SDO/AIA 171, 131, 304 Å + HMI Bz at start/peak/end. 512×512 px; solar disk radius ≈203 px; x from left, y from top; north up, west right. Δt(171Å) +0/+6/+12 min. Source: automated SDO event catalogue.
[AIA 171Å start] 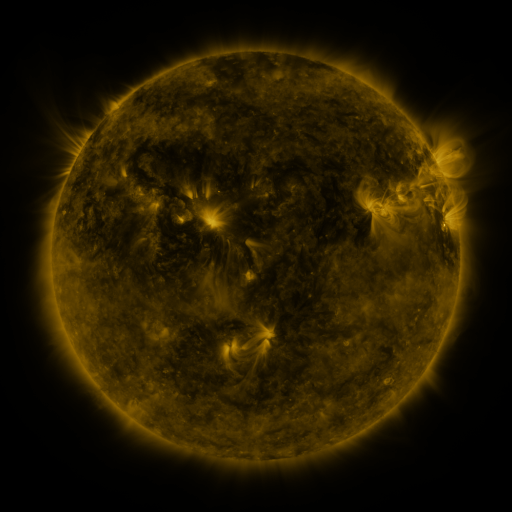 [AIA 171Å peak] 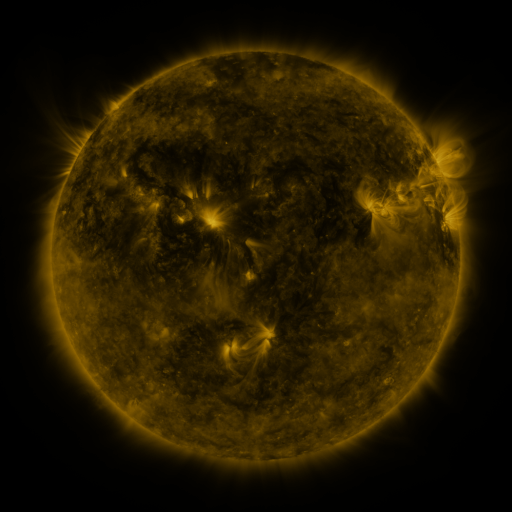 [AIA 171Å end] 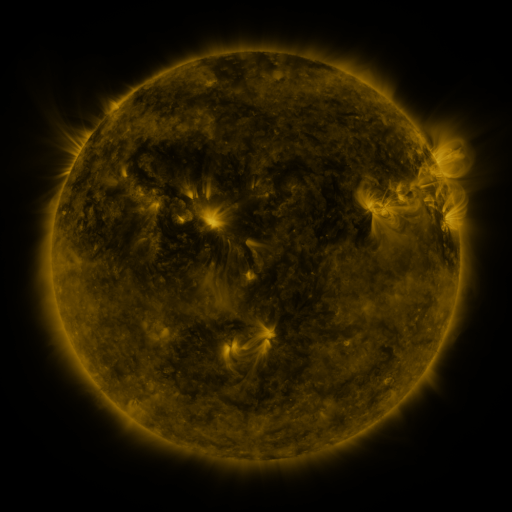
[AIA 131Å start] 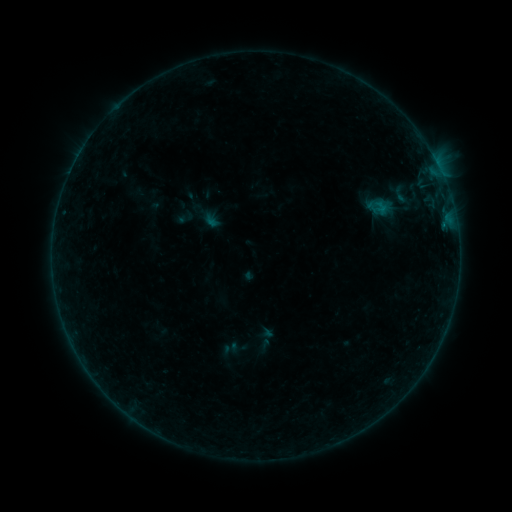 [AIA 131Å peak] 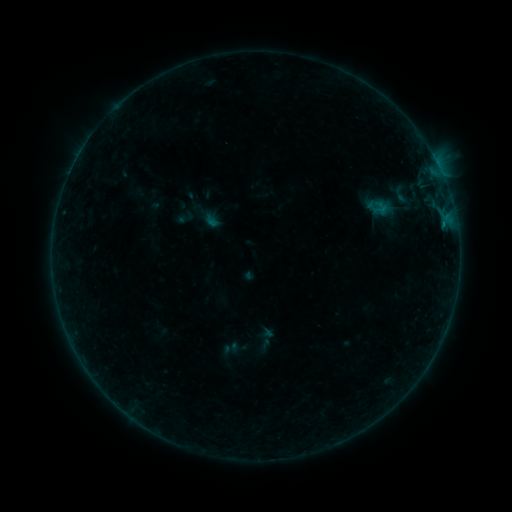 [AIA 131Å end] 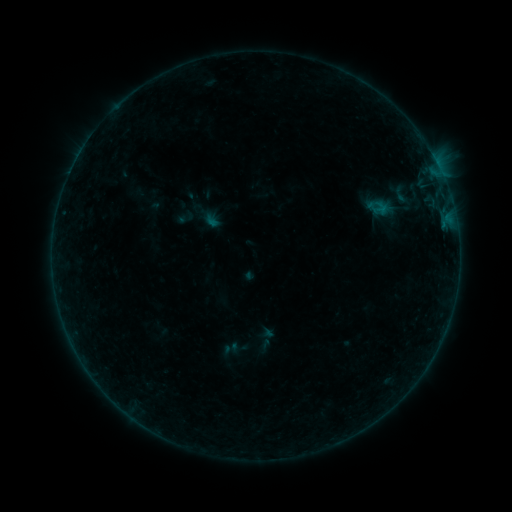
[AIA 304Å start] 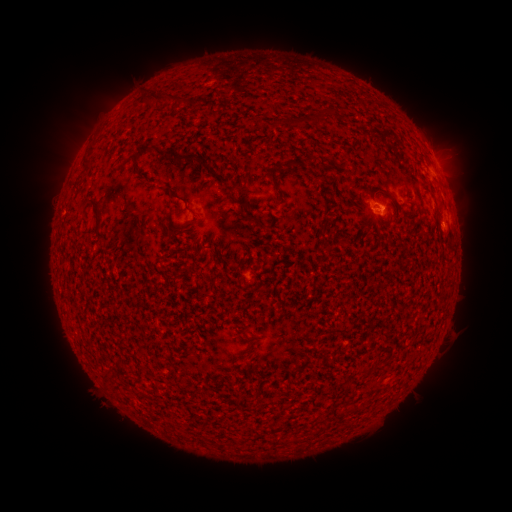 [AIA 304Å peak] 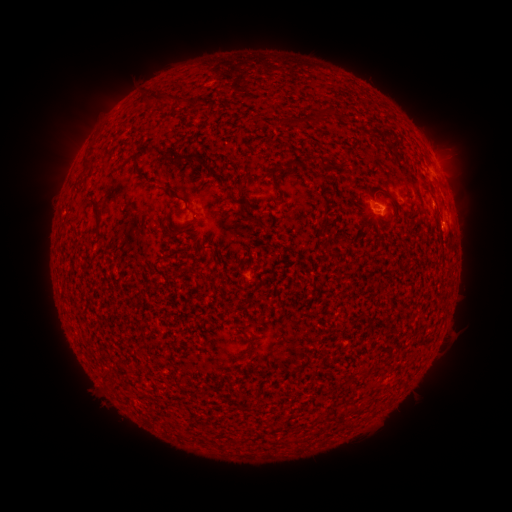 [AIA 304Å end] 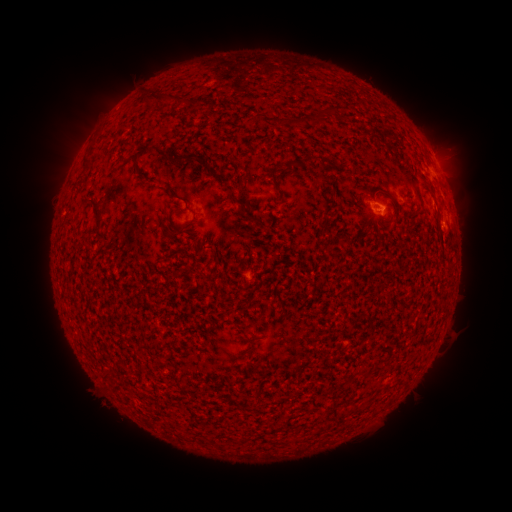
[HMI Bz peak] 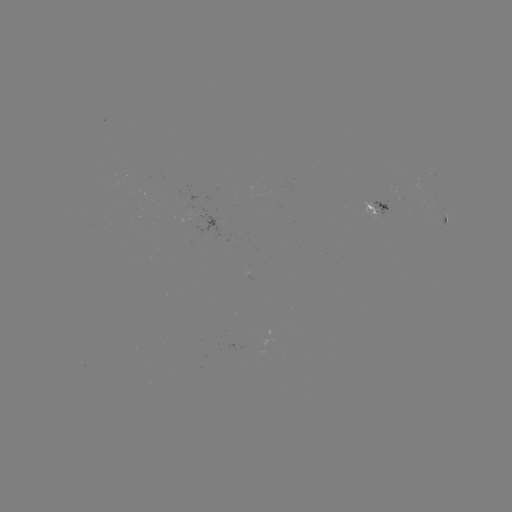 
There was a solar flare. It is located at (444, 225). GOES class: B3.5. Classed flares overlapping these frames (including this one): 1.